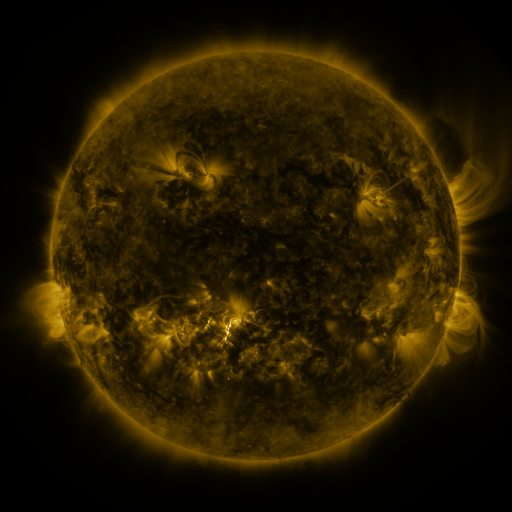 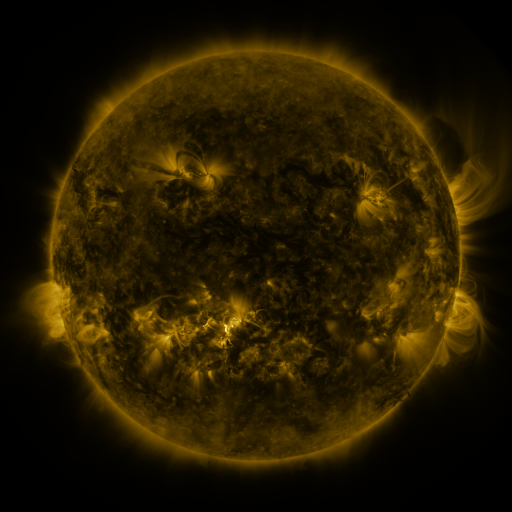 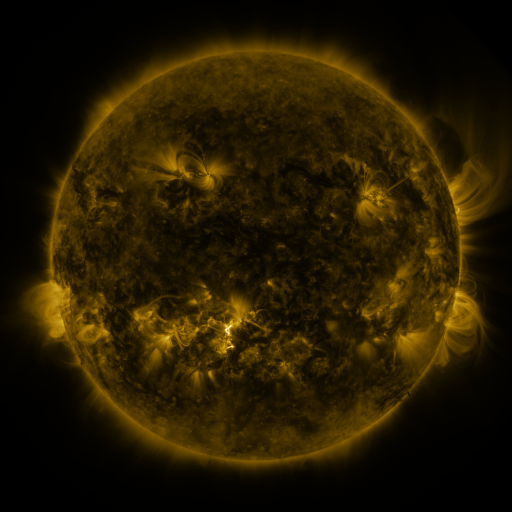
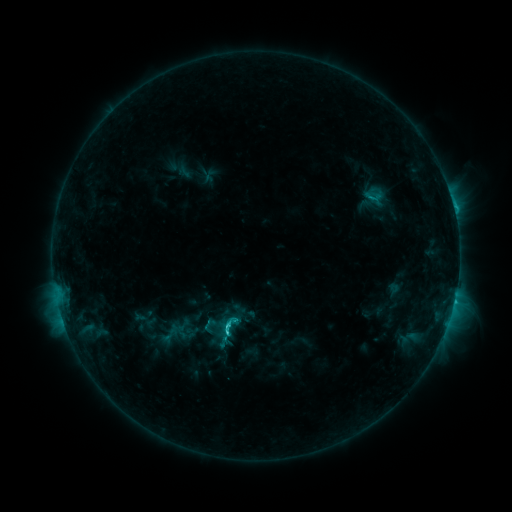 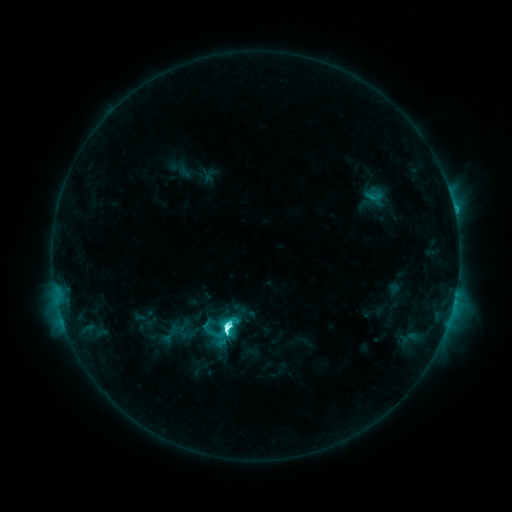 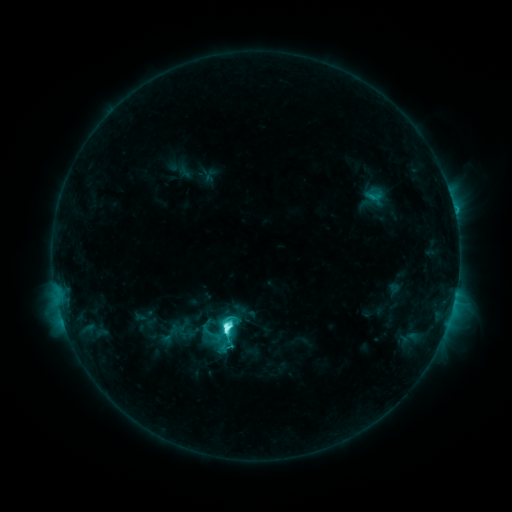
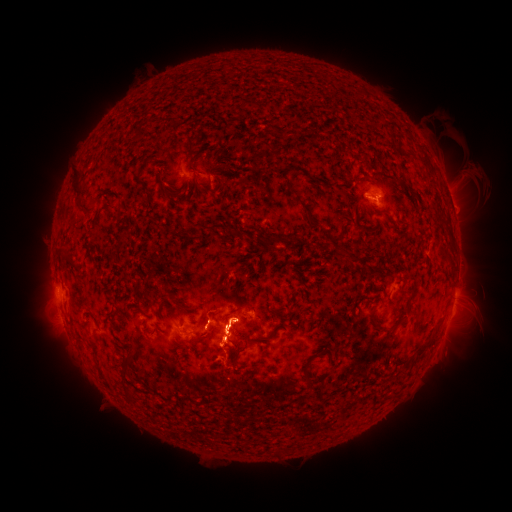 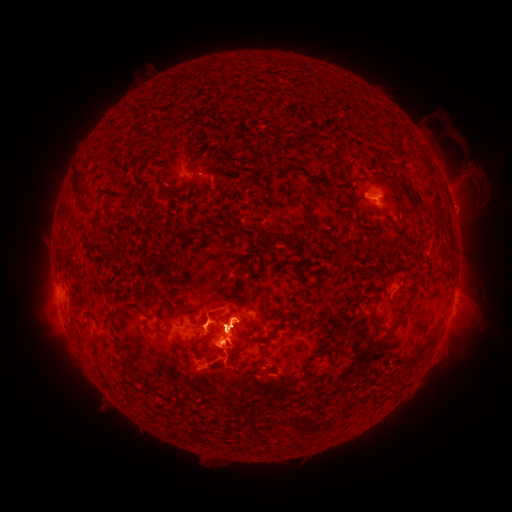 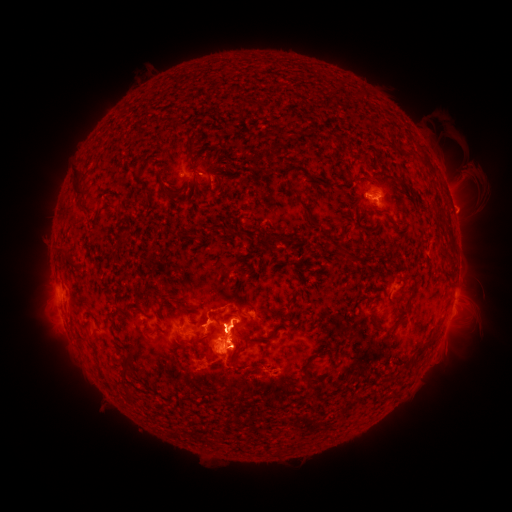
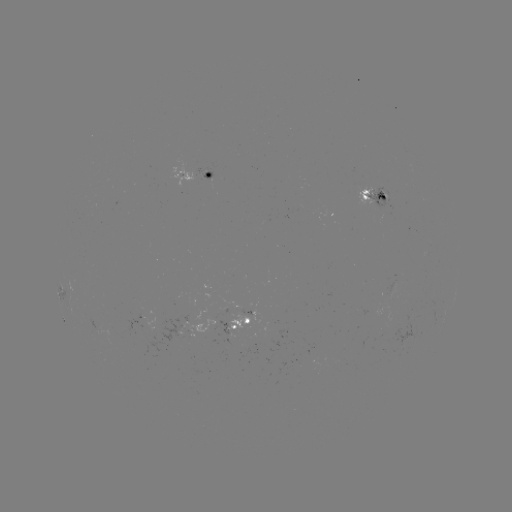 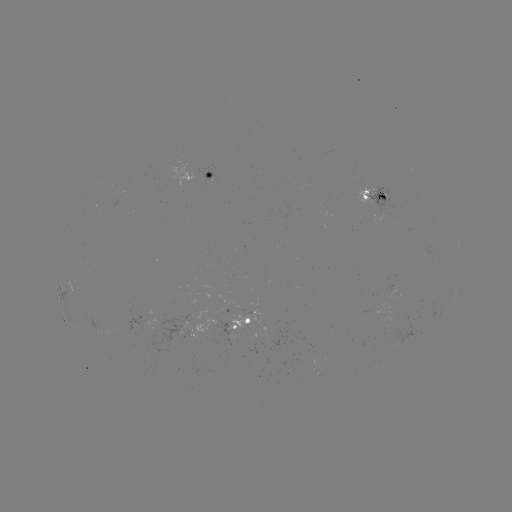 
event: eruption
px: (226, 432)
